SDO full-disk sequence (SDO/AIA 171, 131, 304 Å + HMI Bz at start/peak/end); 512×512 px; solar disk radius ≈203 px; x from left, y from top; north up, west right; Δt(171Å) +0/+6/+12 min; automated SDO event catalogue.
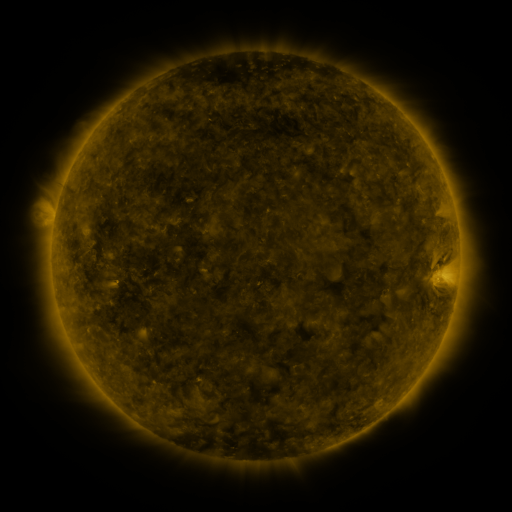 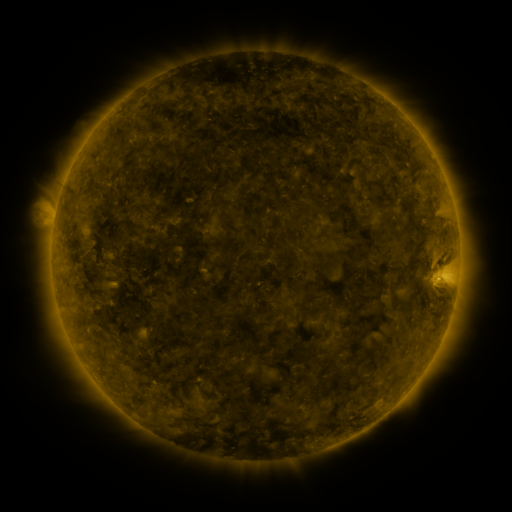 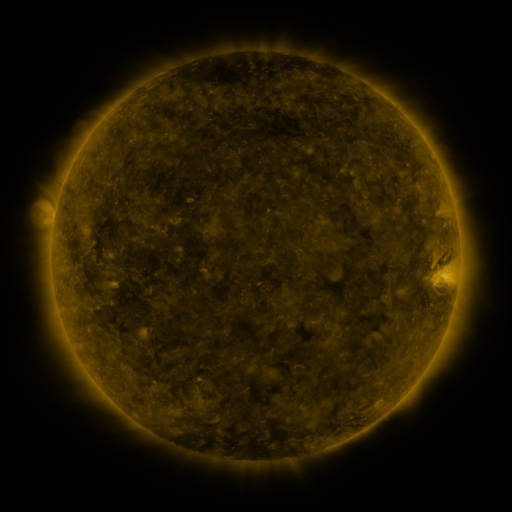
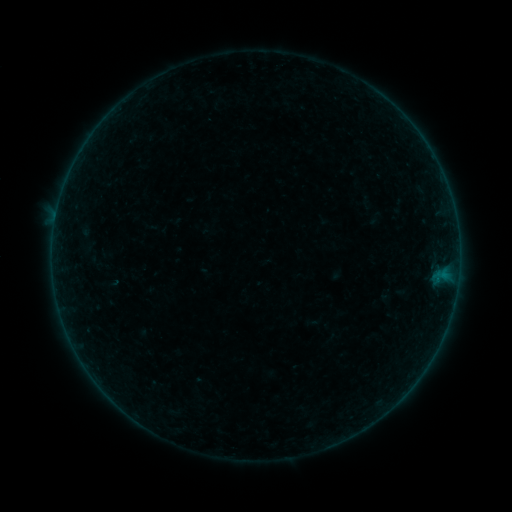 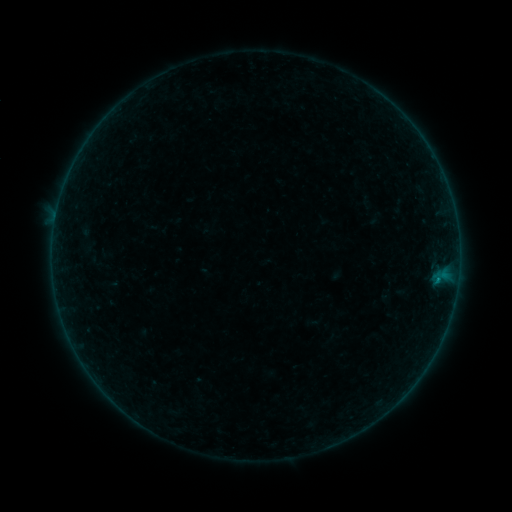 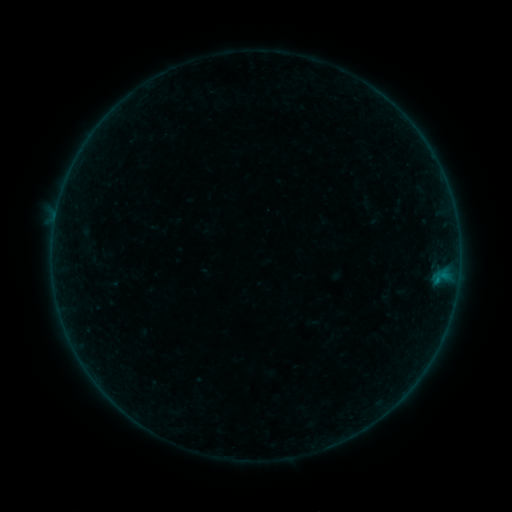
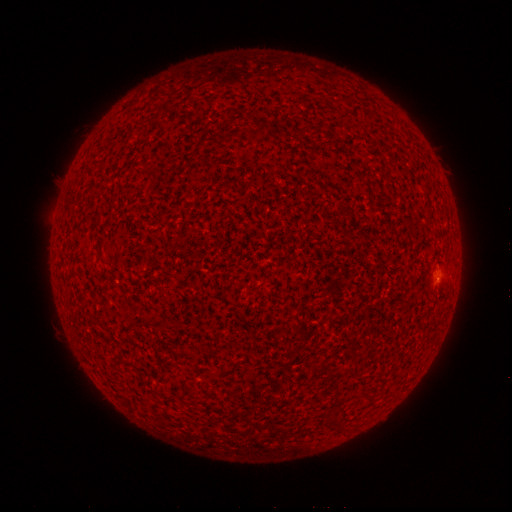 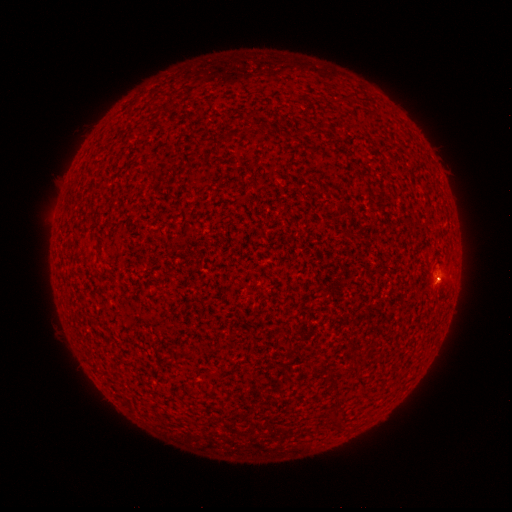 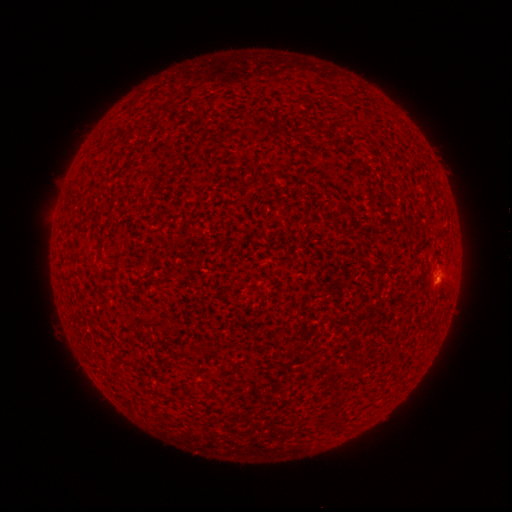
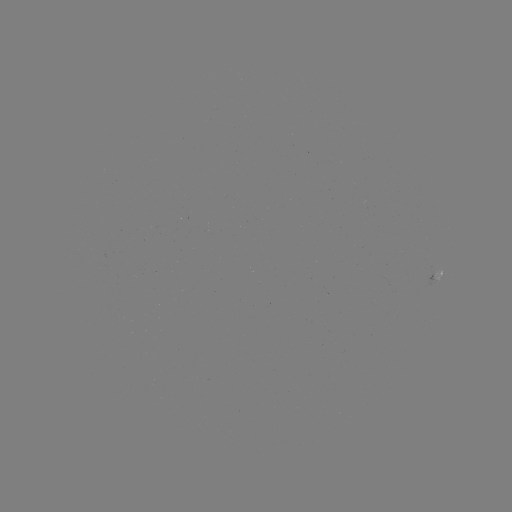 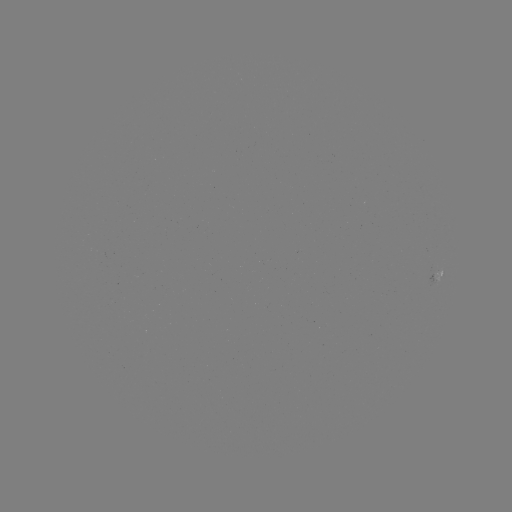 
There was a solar flare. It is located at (437, 280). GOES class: B1.2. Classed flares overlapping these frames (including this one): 2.